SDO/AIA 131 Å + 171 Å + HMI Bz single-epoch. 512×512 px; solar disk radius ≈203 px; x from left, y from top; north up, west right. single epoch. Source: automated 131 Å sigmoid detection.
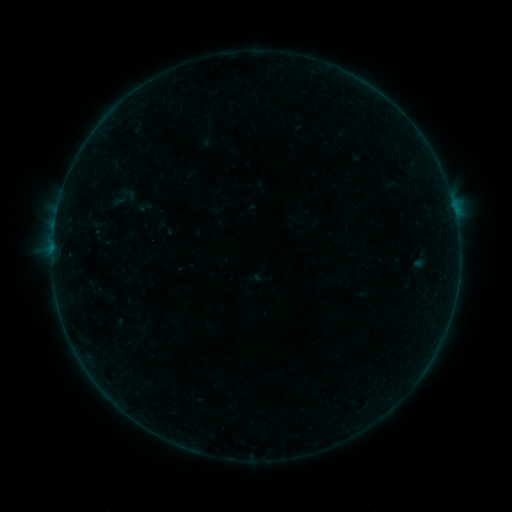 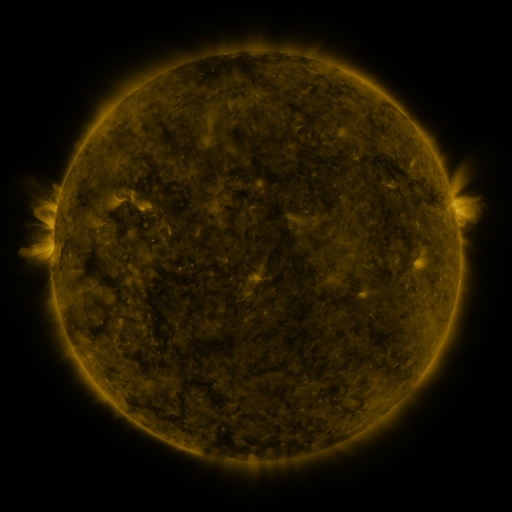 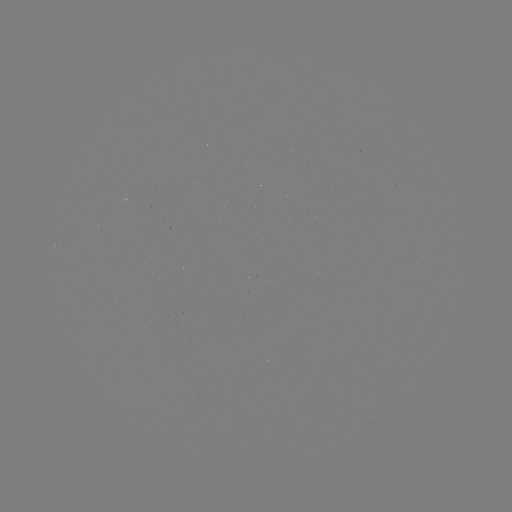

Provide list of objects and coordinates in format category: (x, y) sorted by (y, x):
sigmoid: (127, 194)
